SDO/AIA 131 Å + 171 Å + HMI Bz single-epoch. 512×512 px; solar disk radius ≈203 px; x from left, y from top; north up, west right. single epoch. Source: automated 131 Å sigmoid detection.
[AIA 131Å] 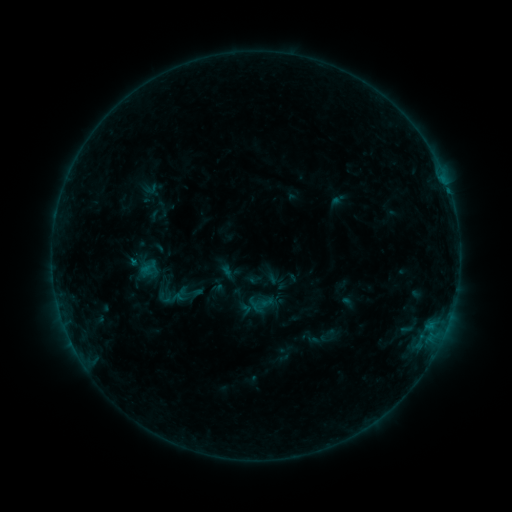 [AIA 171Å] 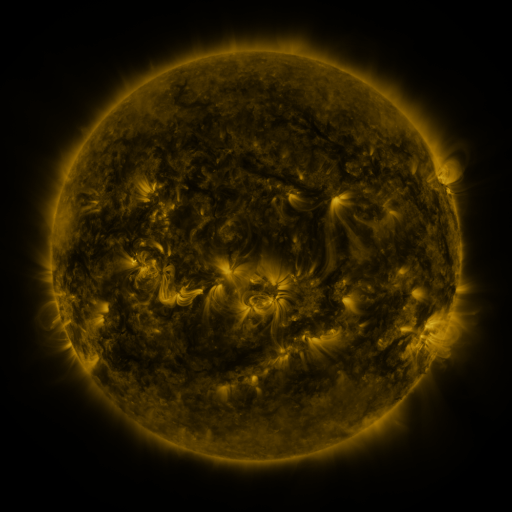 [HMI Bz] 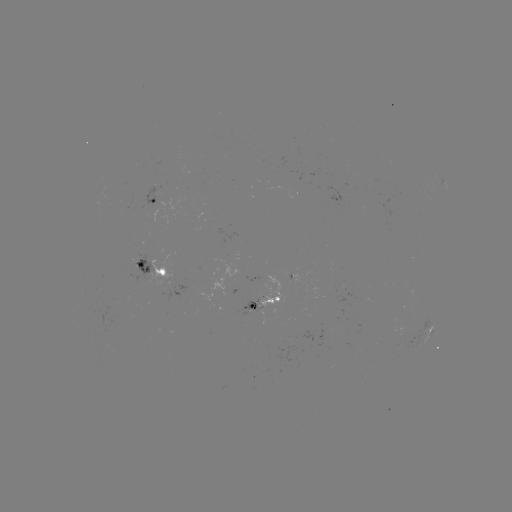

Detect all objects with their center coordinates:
sigmoid: (148, 268)
